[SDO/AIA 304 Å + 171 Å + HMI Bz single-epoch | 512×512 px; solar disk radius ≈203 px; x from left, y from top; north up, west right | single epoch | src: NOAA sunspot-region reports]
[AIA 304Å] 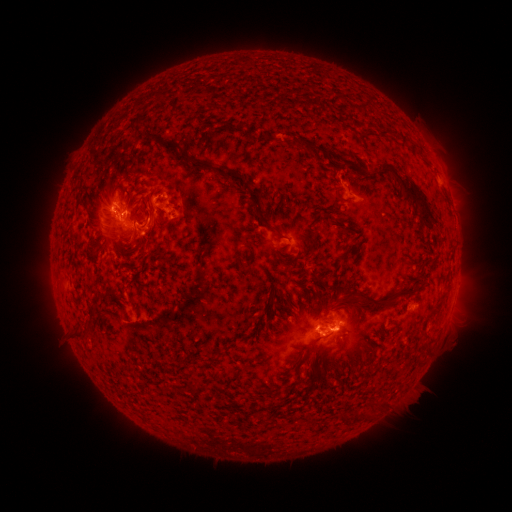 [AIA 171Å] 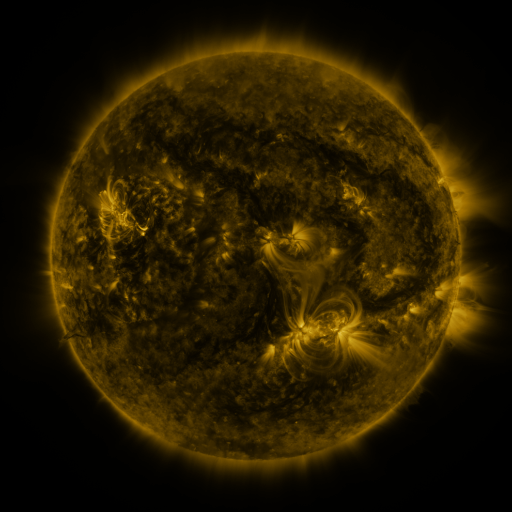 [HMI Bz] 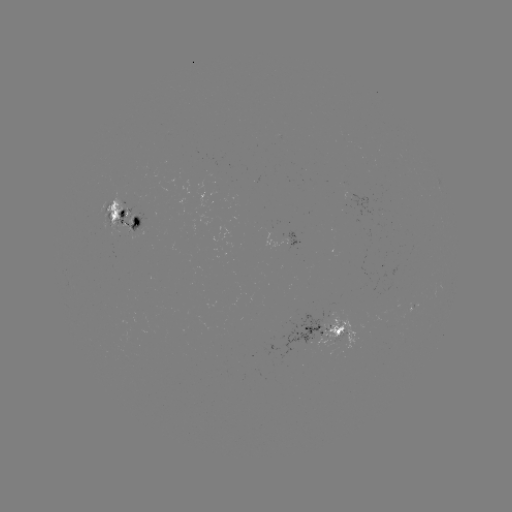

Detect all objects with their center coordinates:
spotted active region: (130, 217)
spotted active region: (298, 239)
spotted active region: (324, 330)
